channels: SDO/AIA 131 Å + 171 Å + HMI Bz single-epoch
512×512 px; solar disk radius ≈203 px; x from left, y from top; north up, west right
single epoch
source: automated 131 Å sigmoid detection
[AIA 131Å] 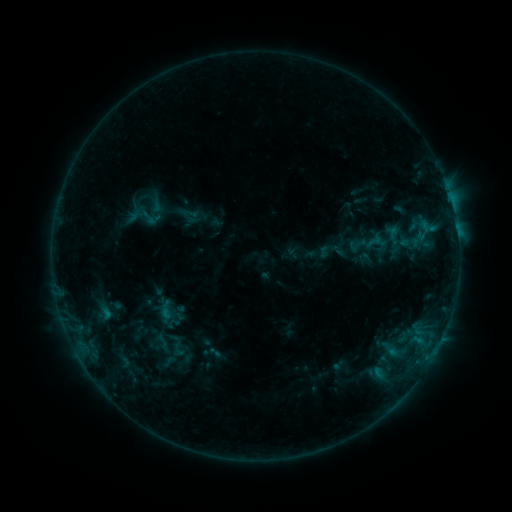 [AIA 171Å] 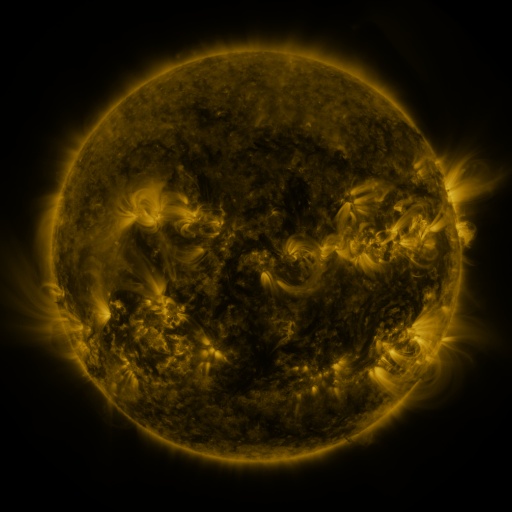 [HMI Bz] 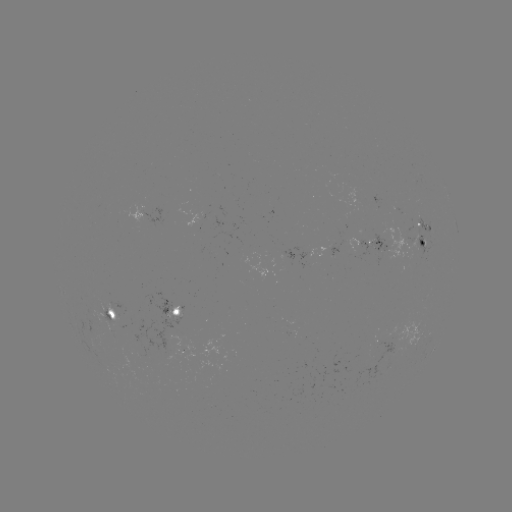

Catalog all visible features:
sigmoid: (142, 215)
sigmoid: (178, 350)
